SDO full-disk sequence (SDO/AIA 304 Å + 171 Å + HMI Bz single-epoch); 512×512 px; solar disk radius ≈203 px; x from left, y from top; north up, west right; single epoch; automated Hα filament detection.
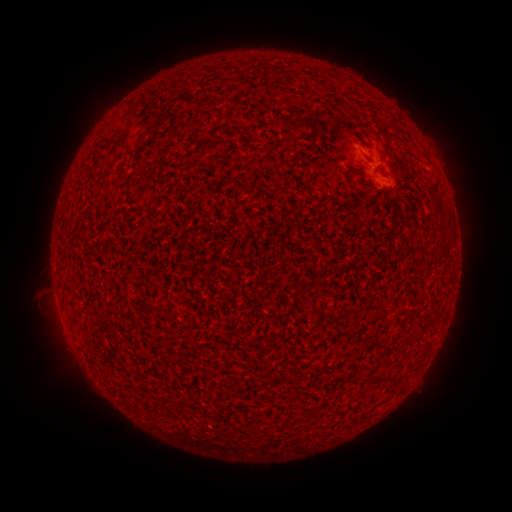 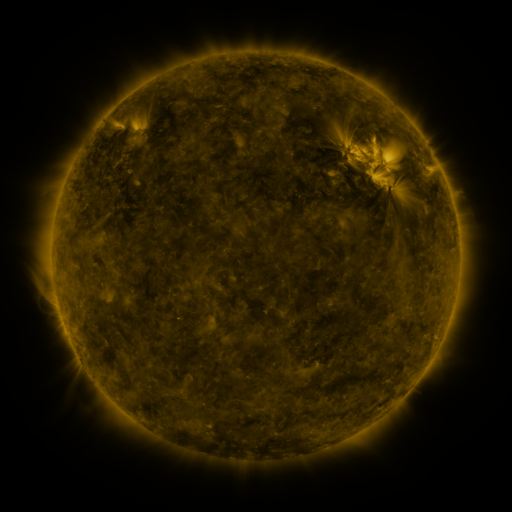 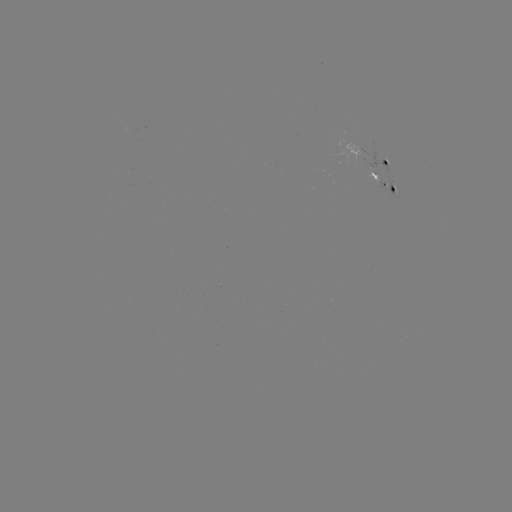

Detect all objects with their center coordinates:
filament: (115, 104, 137, 150)
filament: (192, 134, 203, 144)
filament: (393, 196, 398, 205)
filament: (429, 196, 444, 219)
filament: (407, 362, 418, 371)
filament: (384, 373, 400, 383)
filament: (366, 375, 376, 383)
